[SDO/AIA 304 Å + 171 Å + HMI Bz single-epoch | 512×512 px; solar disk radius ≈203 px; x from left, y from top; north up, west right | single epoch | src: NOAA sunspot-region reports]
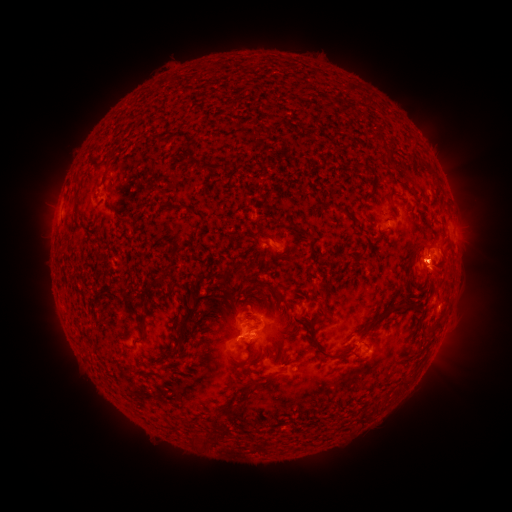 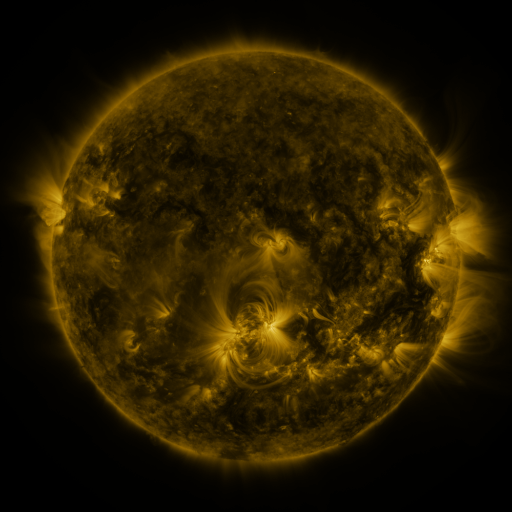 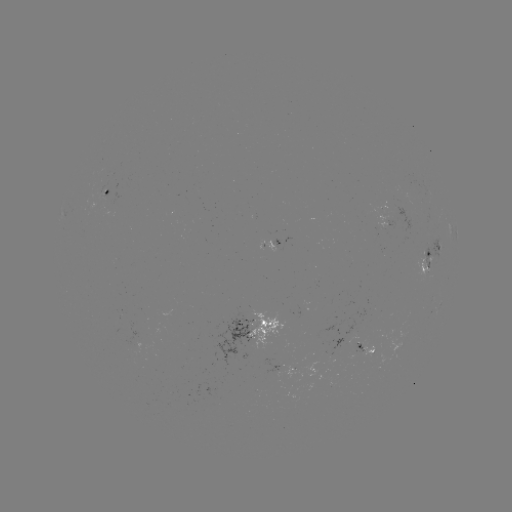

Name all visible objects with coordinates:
spotted active region: (111, 195)
spotted active region: (273, 246)
spotted active region: (428, 255)
spotted active region: (252, 329)
spotted active region: (365, 348)
